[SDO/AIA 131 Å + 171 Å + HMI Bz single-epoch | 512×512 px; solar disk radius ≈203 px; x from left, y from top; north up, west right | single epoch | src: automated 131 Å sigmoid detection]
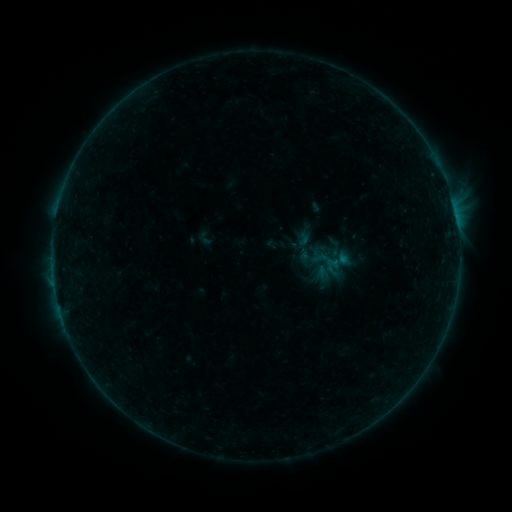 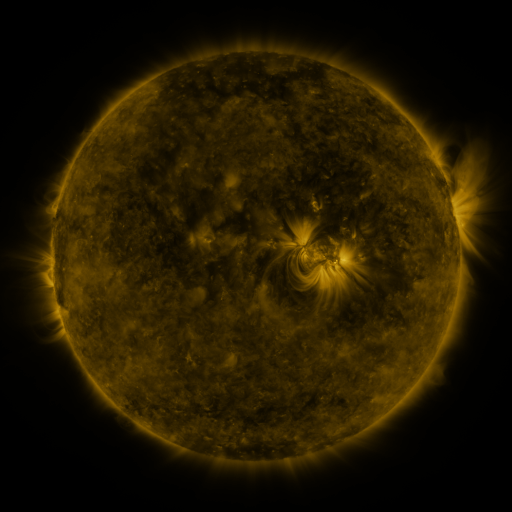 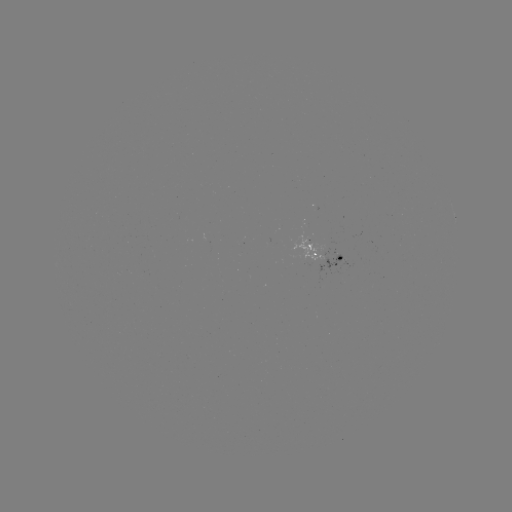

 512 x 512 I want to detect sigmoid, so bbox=[197, 230, 213, 247].